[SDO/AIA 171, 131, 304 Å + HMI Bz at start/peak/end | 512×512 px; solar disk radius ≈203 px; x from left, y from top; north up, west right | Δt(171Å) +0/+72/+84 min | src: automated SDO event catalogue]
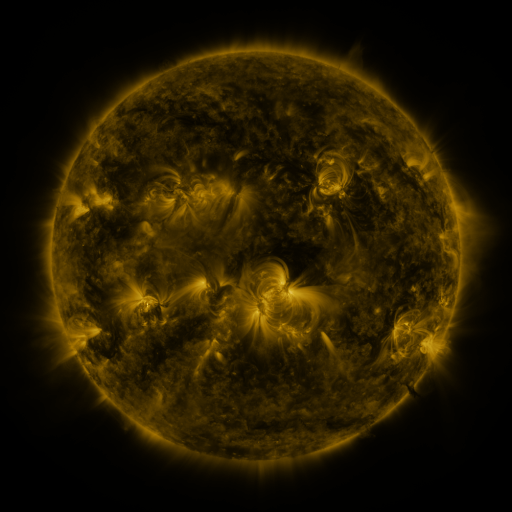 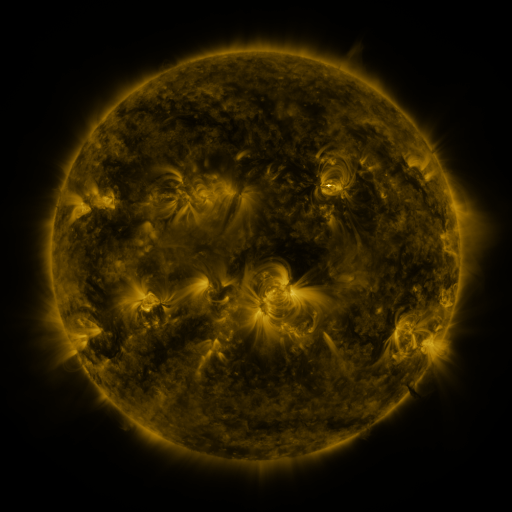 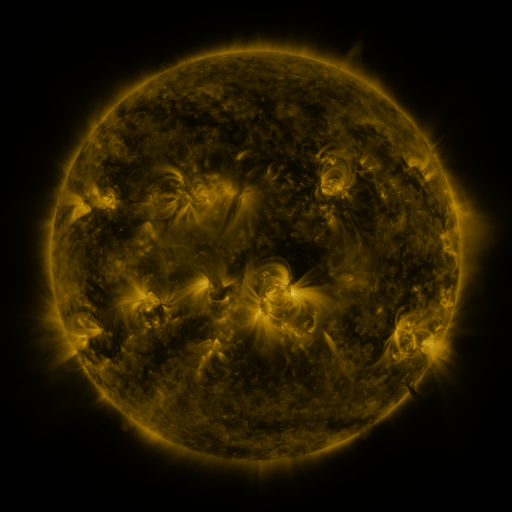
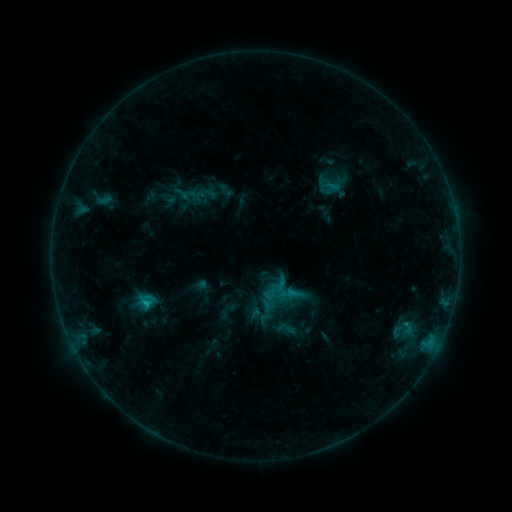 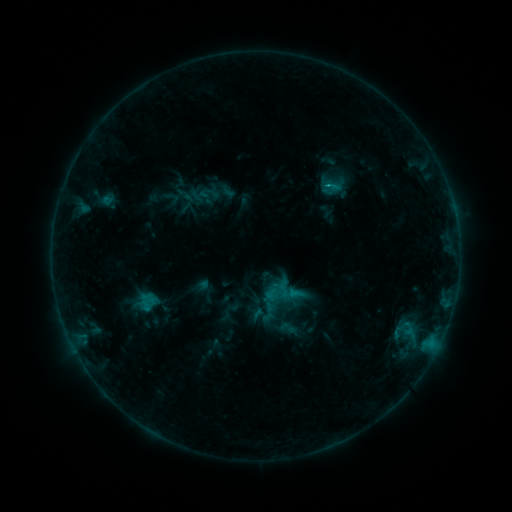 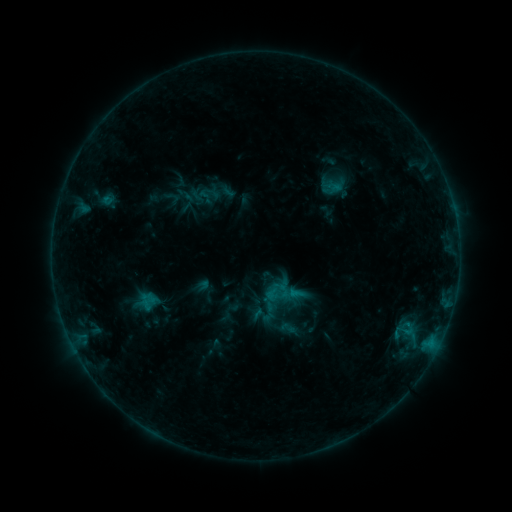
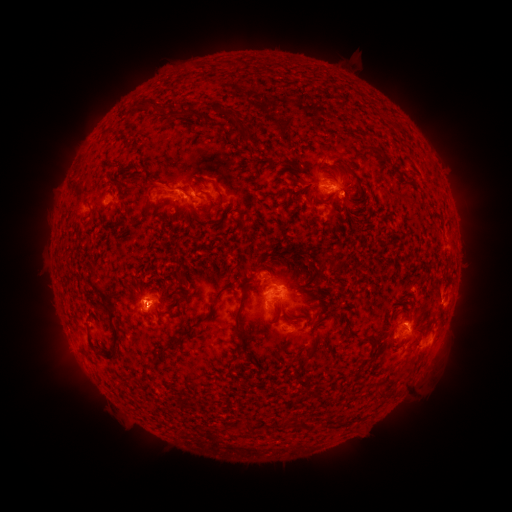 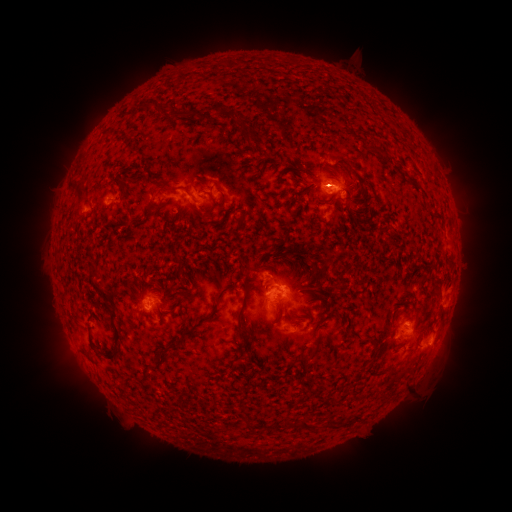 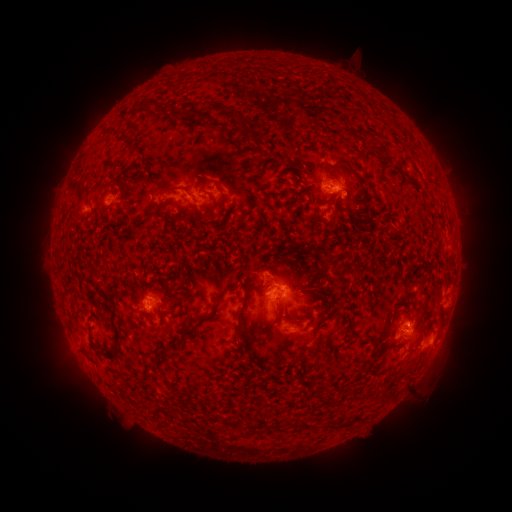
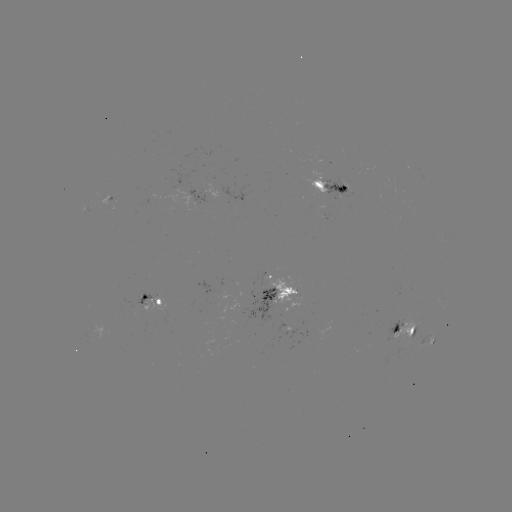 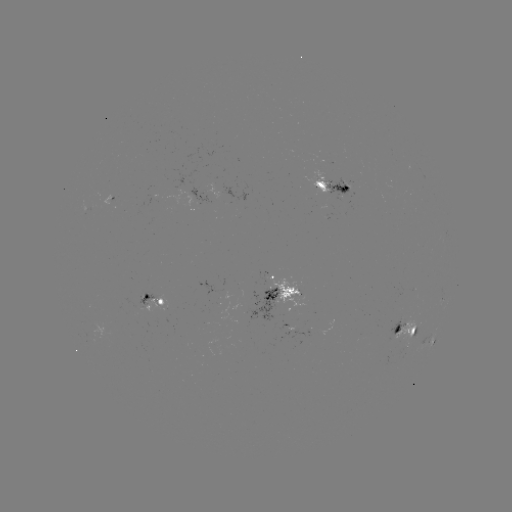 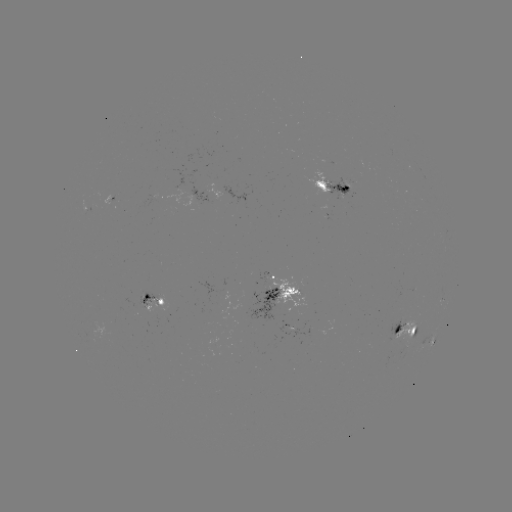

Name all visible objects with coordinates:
emerging-flux region: (271, 302)
